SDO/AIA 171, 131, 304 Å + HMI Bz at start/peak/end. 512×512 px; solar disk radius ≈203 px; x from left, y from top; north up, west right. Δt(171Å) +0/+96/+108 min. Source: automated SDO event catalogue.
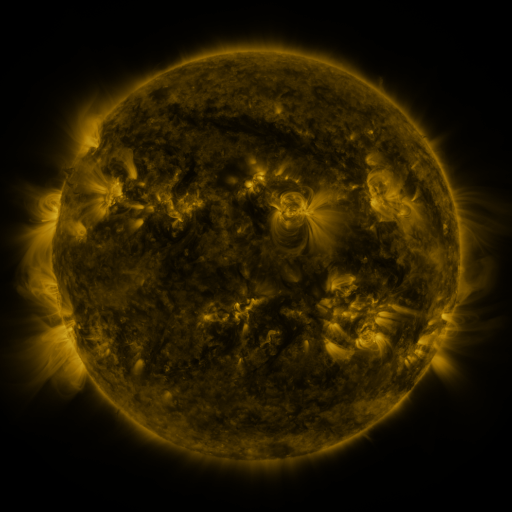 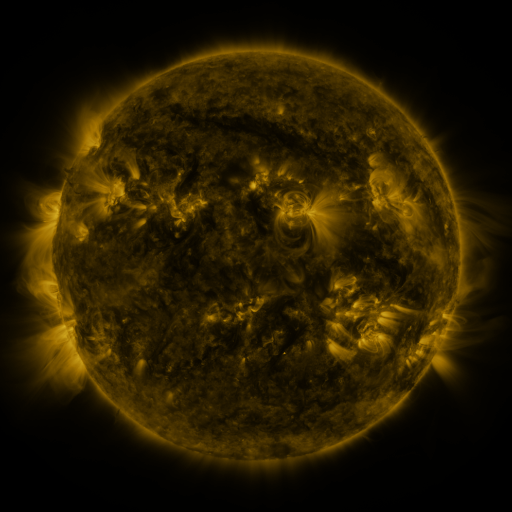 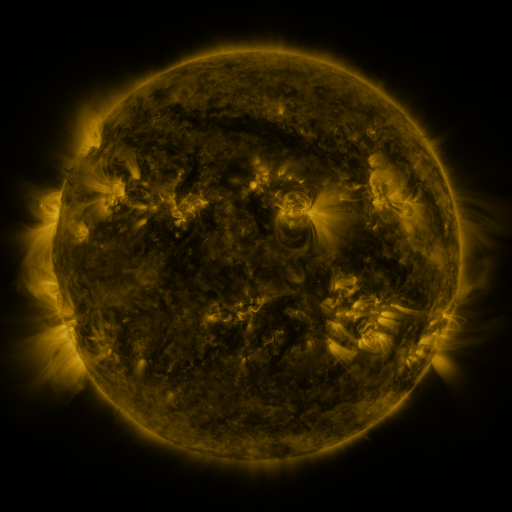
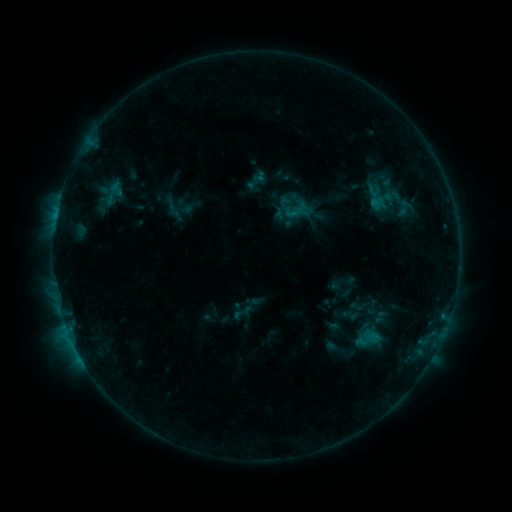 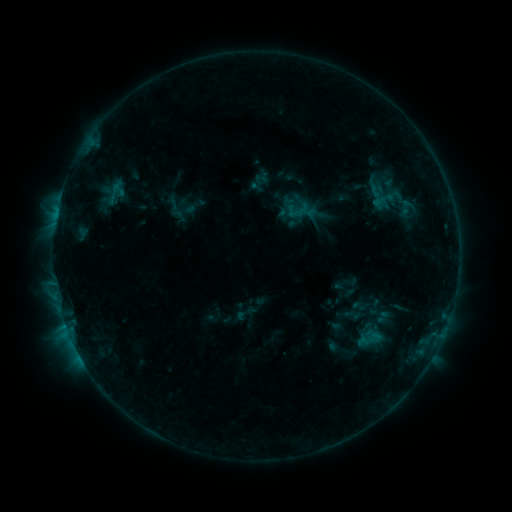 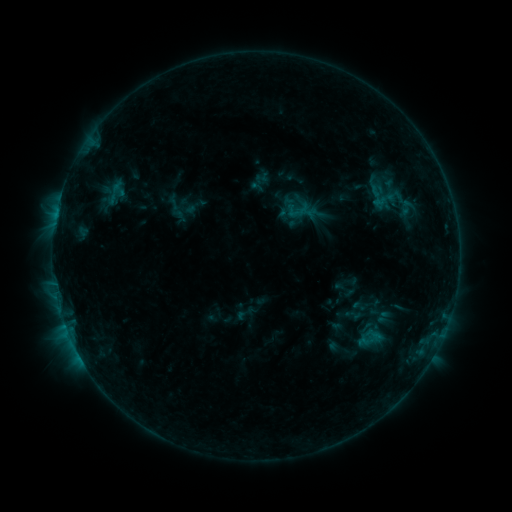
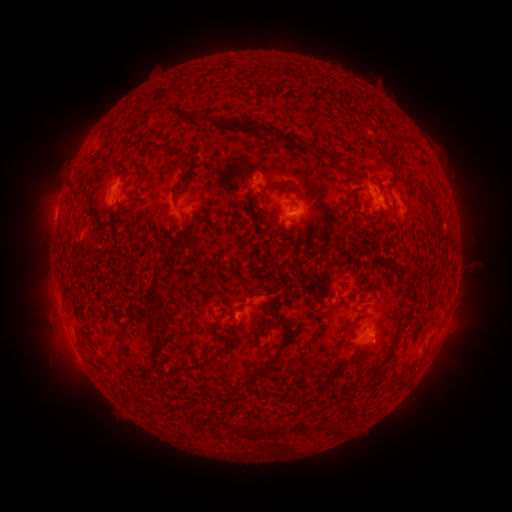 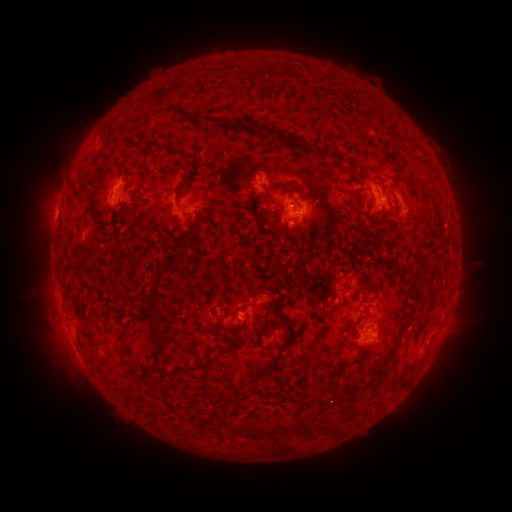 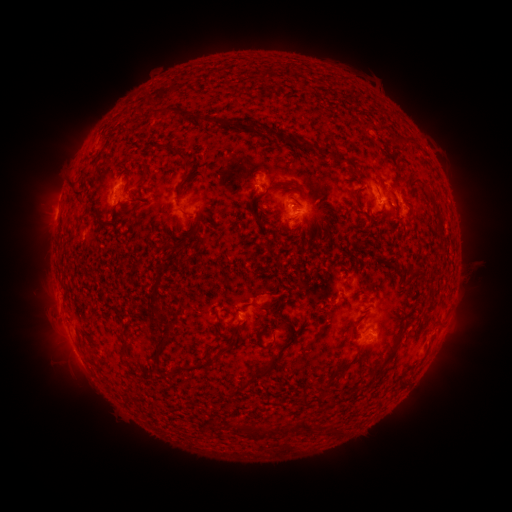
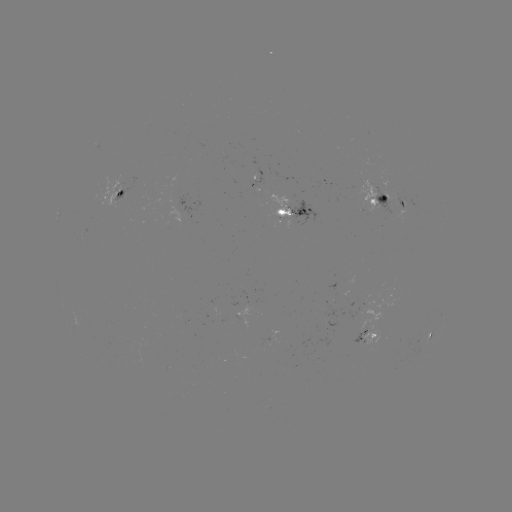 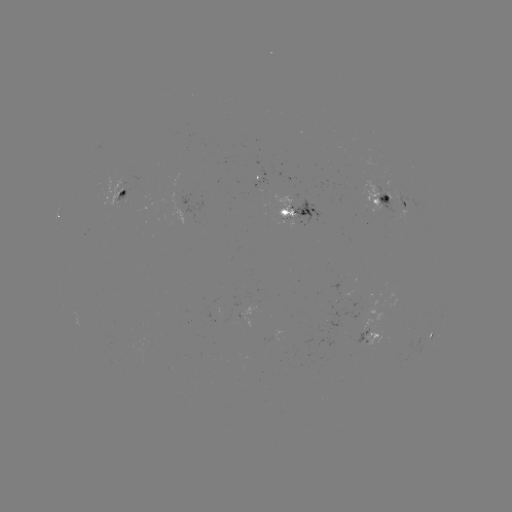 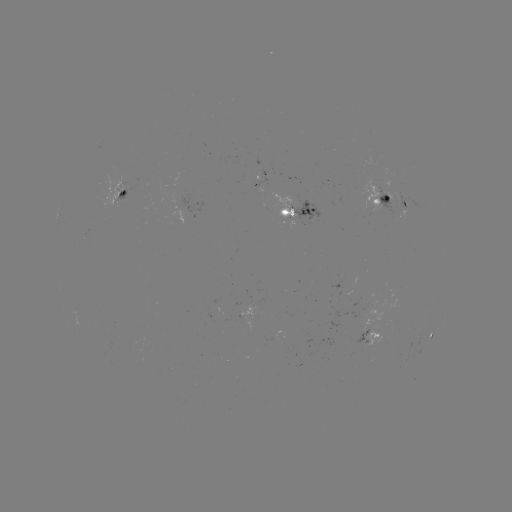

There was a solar emerging-flux region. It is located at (287, 214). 